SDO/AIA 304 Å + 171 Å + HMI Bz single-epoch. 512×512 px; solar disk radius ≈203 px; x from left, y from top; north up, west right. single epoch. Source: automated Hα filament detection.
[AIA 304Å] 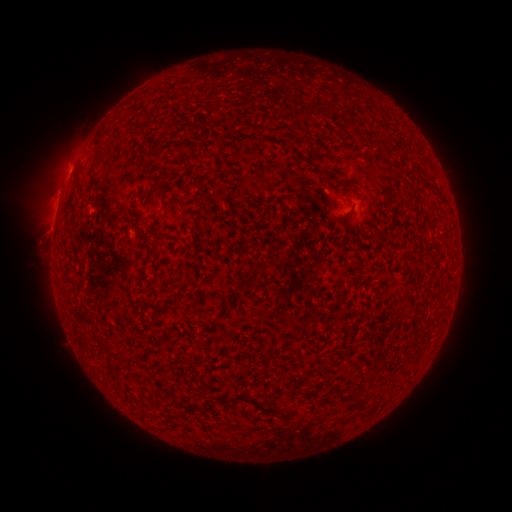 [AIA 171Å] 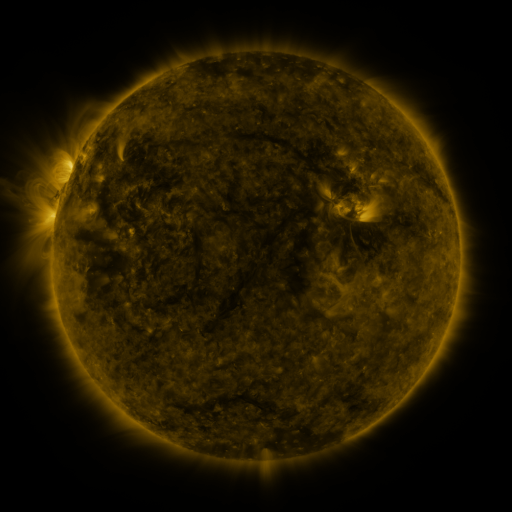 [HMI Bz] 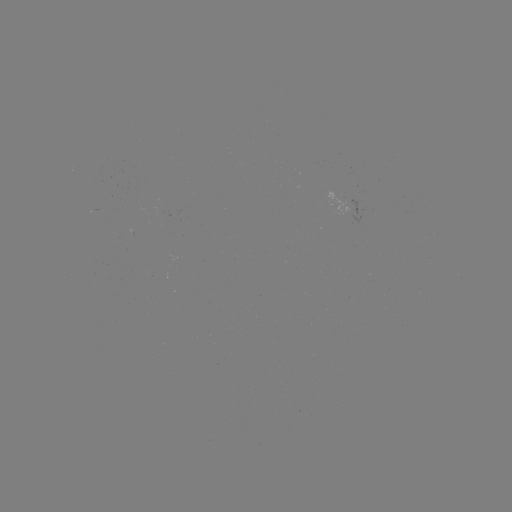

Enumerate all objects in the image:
filament: [338, 179, 349, 186]
filament: [237, 395, 278, 415]
filament: [349, 396, 361, 408]
